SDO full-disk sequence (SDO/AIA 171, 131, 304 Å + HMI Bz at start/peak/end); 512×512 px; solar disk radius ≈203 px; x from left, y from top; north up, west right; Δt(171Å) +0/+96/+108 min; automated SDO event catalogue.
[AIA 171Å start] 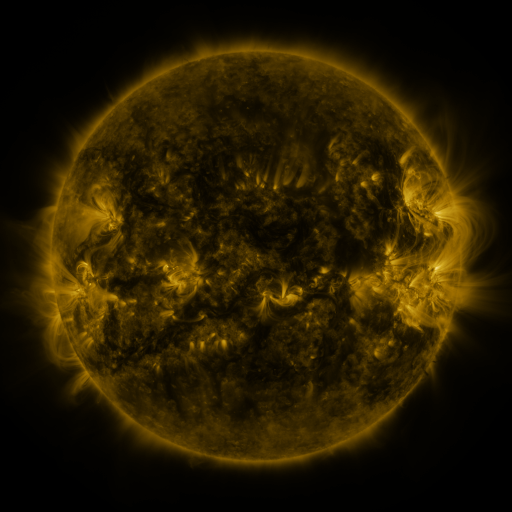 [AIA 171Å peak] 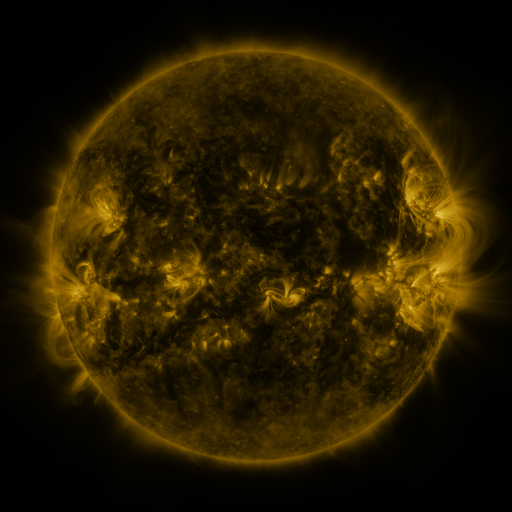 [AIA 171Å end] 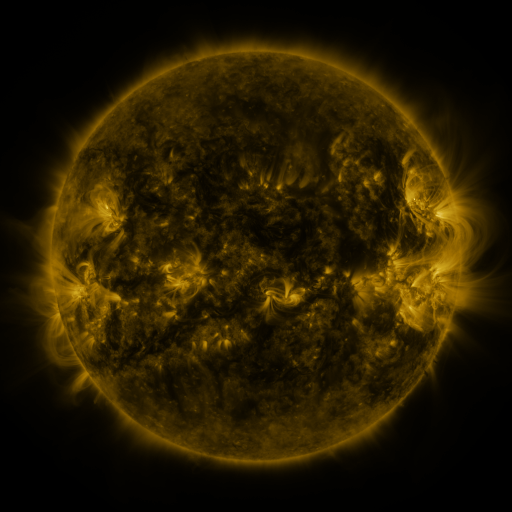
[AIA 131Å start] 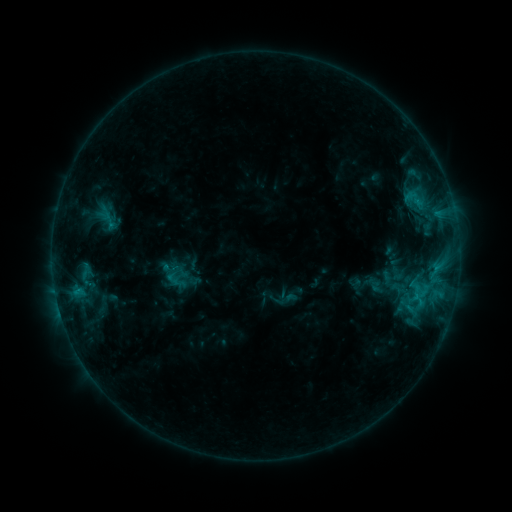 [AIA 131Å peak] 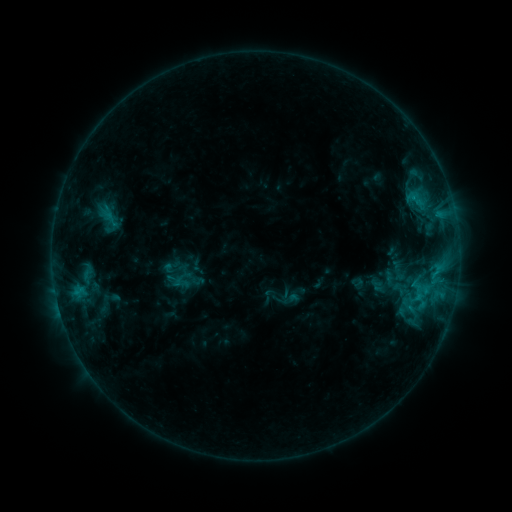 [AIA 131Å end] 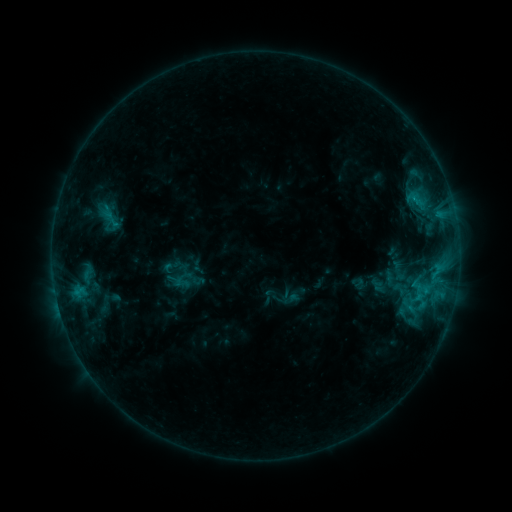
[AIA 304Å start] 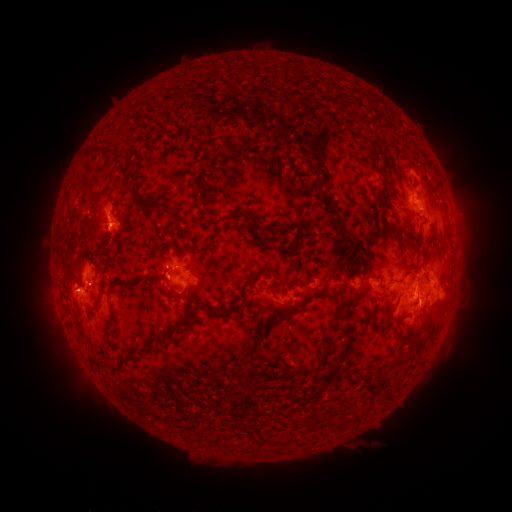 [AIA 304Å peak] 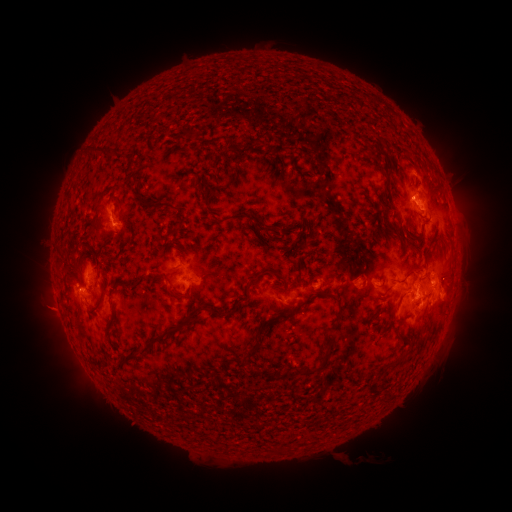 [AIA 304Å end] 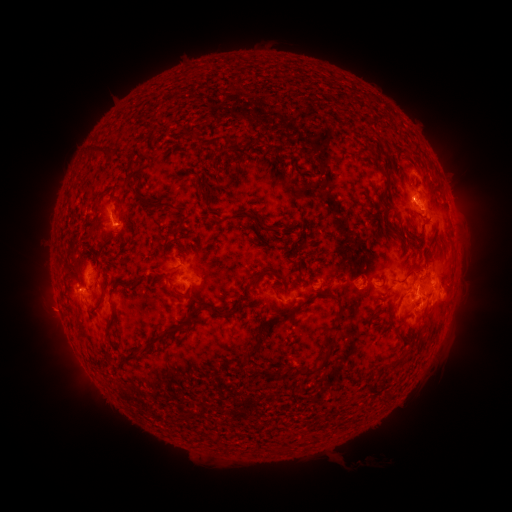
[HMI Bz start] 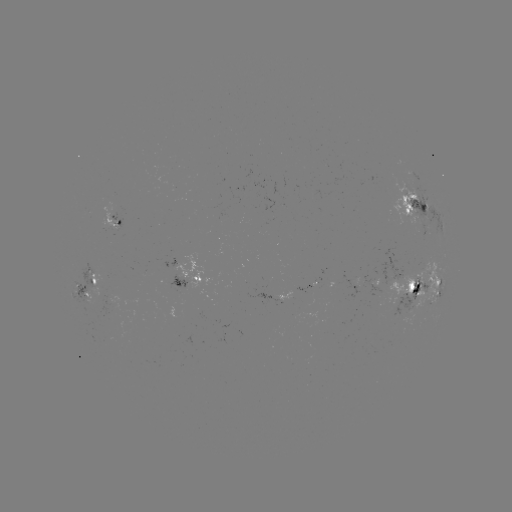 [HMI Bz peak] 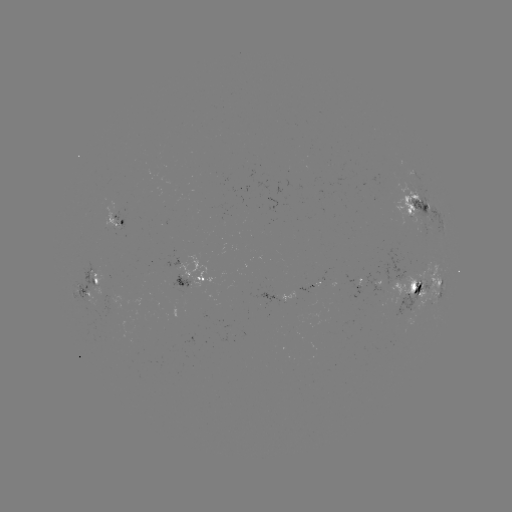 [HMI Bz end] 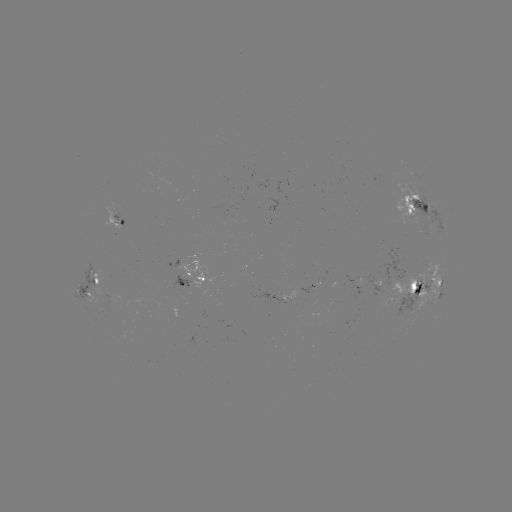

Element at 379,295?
emerging-flux region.